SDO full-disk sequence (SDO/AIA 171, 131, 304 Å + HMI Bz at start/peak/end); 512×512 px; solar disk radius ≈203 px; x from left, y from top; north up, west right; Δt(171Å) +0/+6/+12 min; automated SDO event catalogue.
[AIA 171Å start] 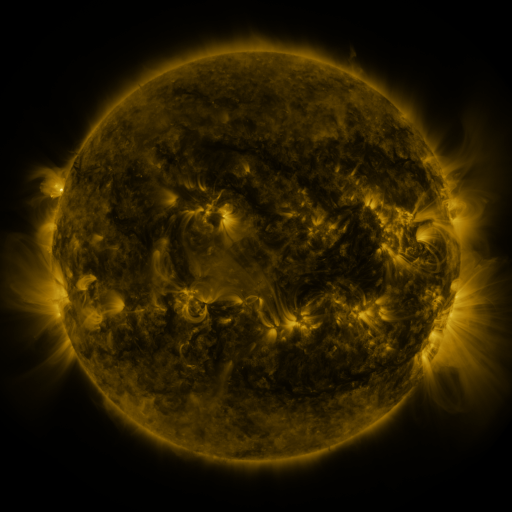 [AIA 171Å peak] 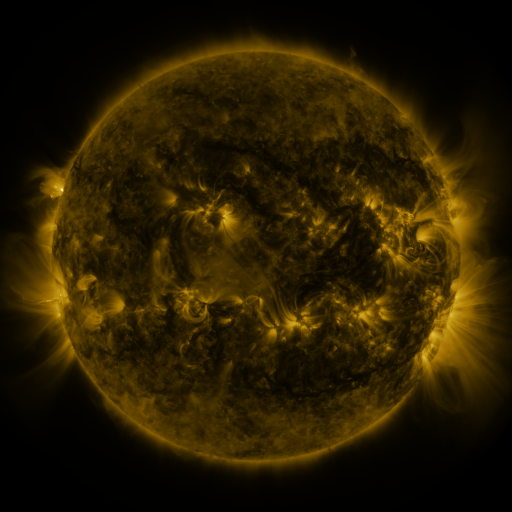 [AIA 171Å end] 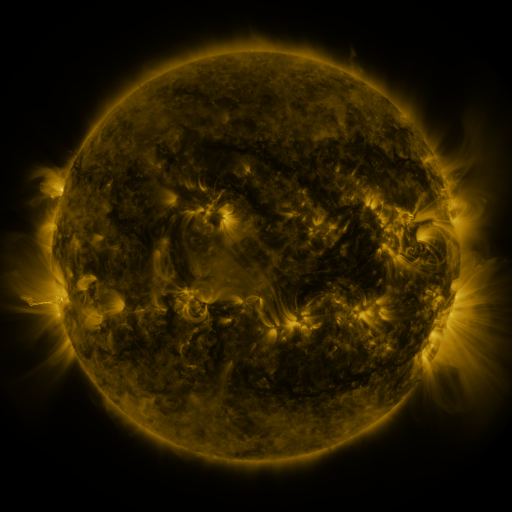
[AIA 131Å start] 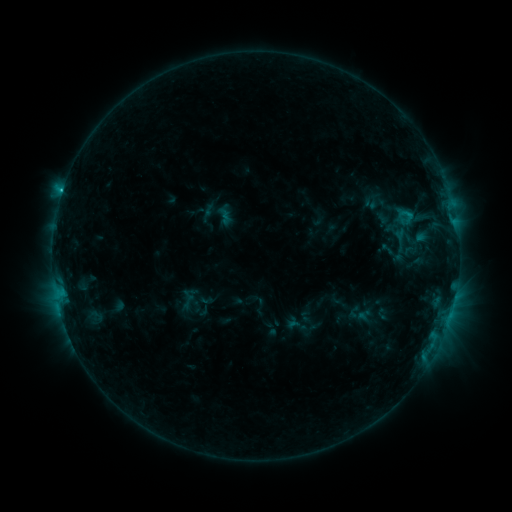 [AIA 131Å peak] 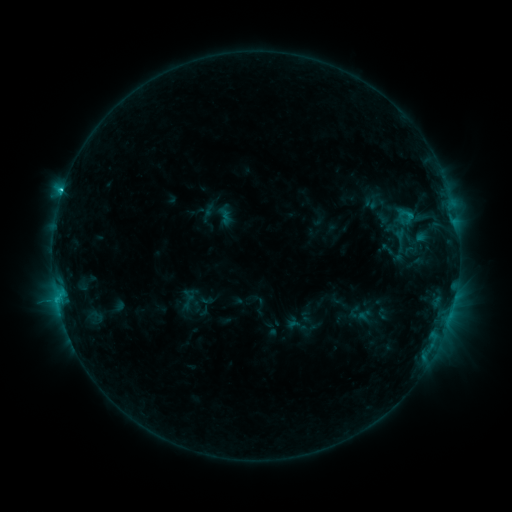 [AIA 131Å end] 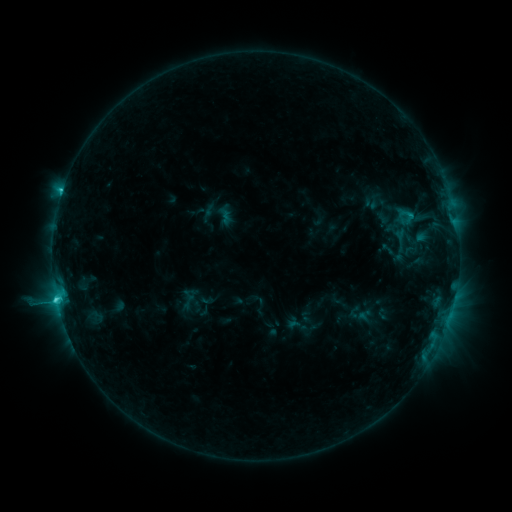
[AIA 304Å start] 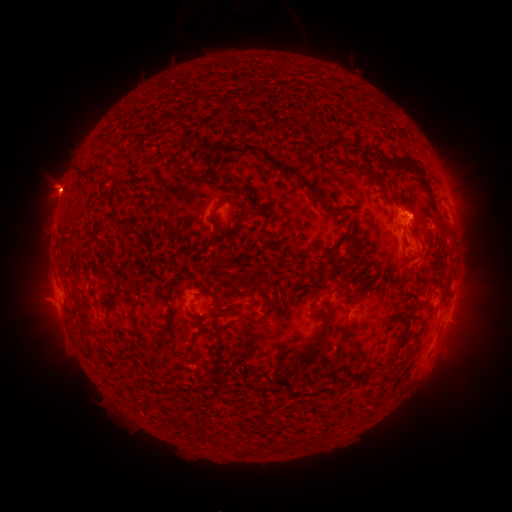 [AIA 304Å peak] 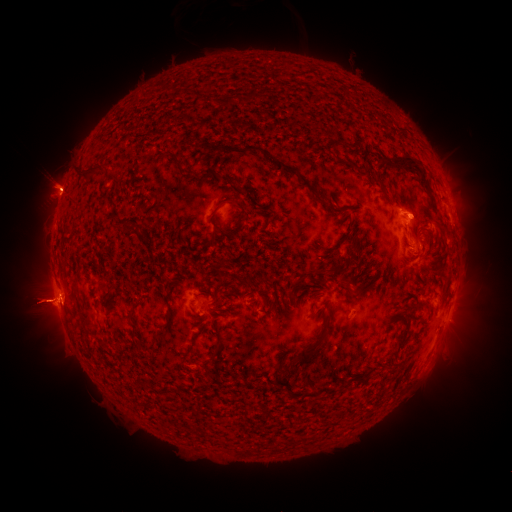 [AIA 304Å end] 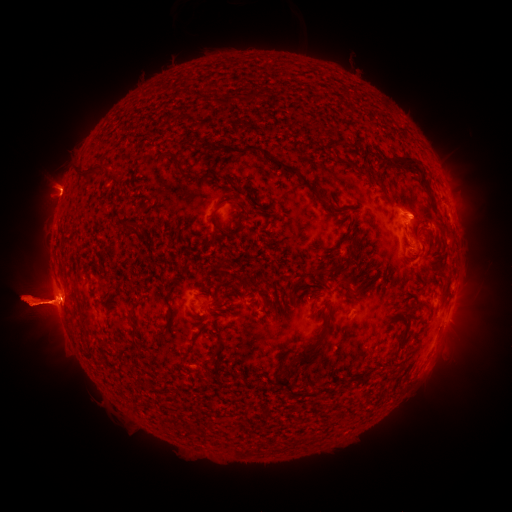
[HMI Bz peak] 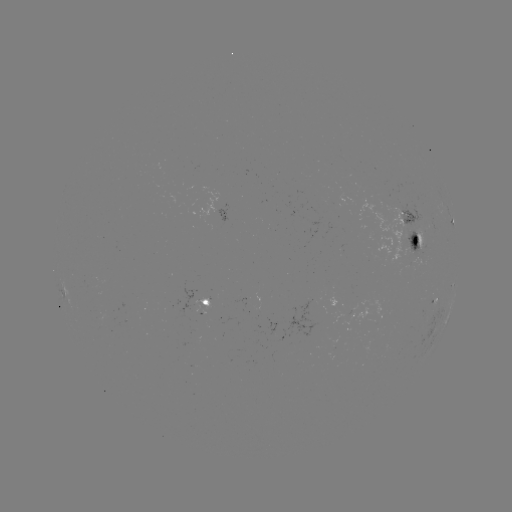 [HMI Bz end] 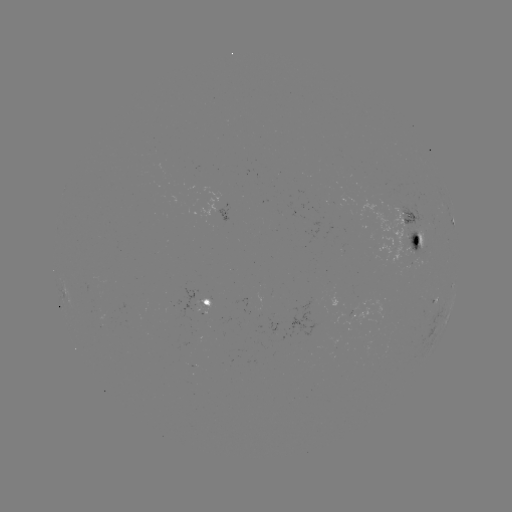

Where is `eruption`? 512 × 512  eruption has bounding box [457, 274, 511, 334].